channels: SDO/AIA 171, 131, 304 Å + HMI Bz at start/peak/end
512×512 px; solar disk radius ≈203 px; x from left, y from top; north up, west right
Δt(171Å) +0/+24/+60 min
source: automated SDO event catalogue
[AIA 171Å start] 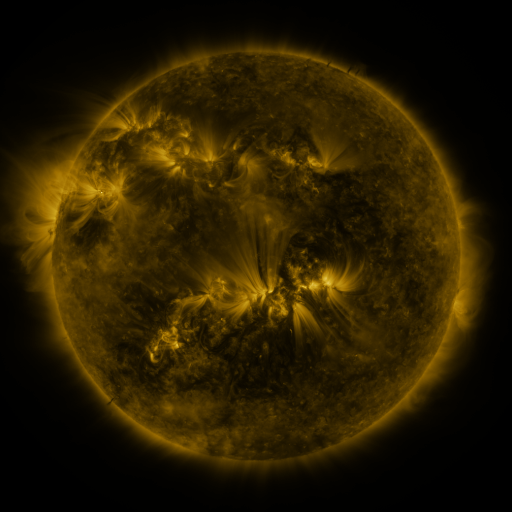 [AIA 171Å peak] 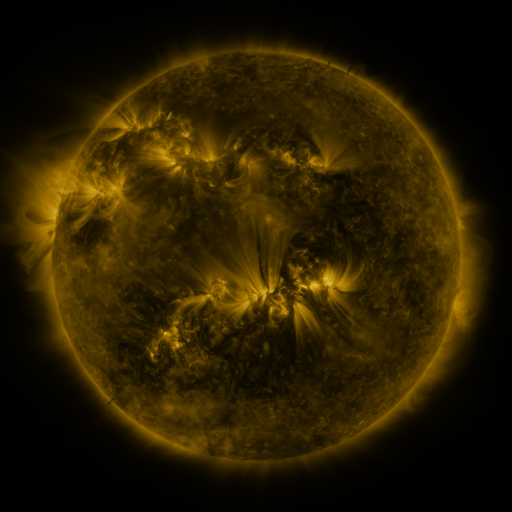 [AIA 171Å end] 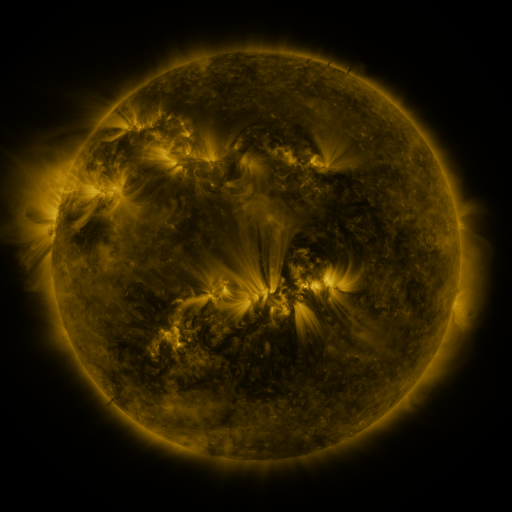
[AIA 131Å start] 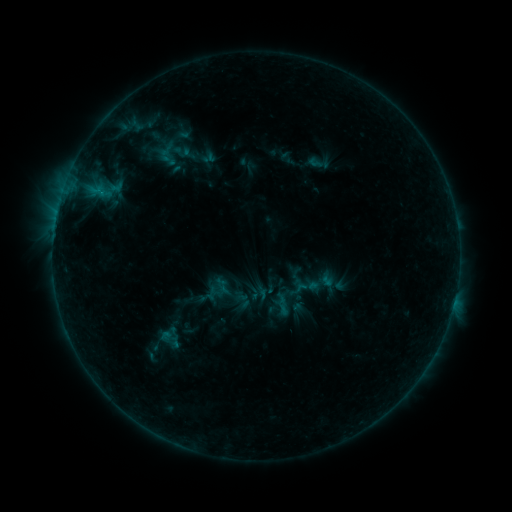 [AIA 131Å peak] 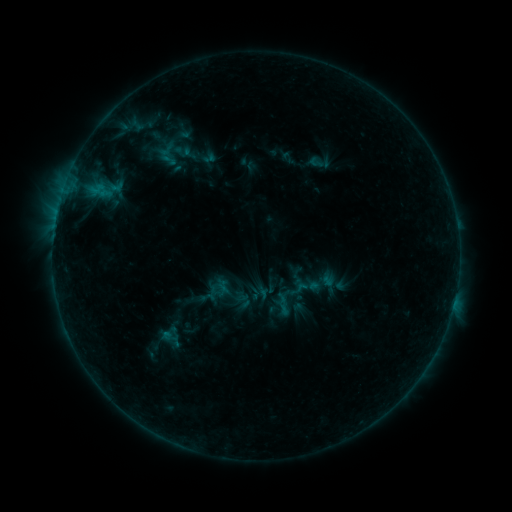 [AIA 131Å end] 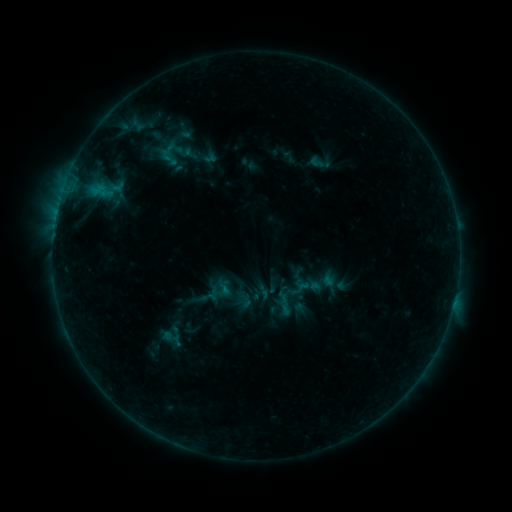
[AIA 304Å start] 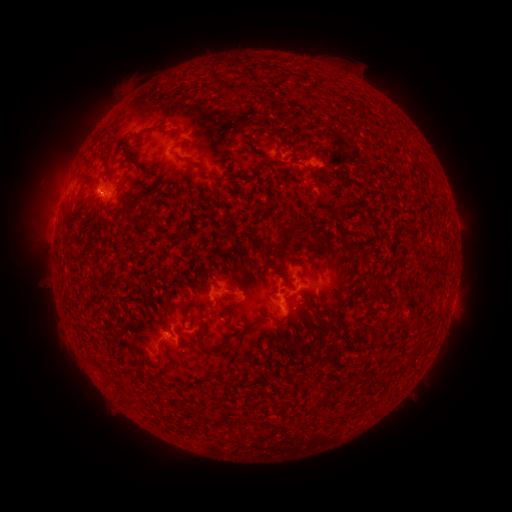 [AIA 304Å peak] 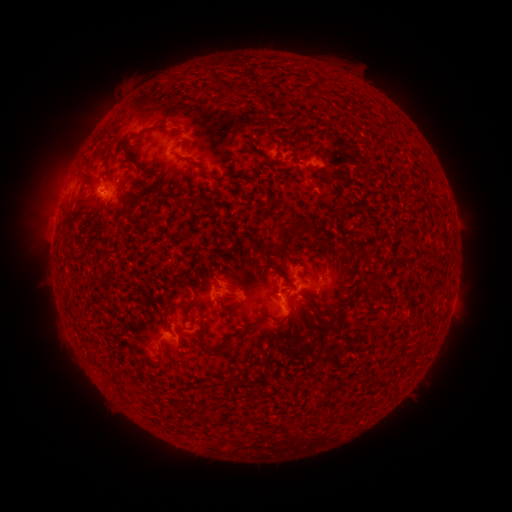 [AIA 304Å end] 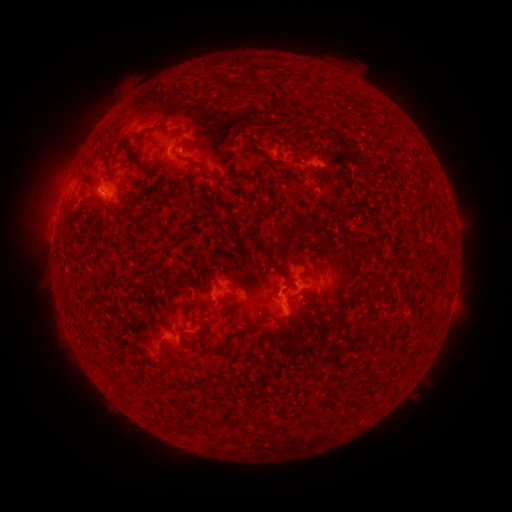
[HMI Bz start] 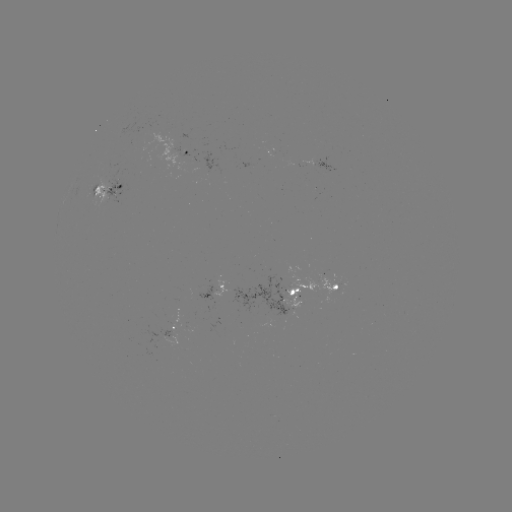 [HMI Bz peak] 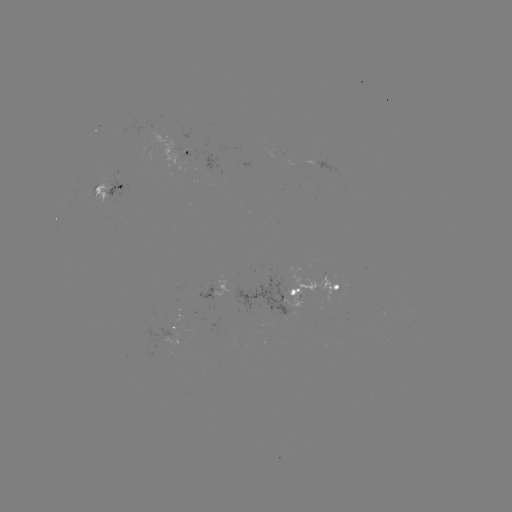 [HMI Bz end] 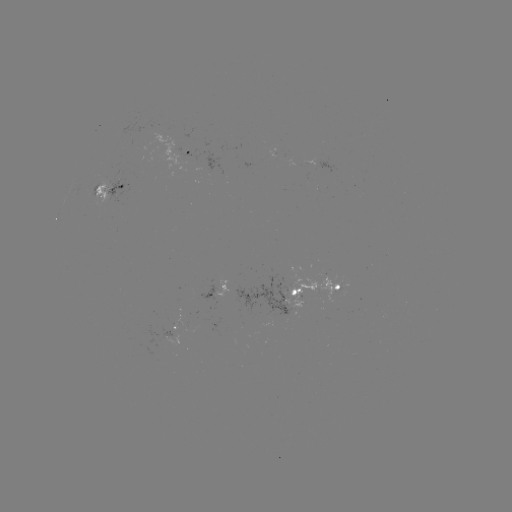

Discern emerging-flux region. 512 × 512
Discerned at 102,191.